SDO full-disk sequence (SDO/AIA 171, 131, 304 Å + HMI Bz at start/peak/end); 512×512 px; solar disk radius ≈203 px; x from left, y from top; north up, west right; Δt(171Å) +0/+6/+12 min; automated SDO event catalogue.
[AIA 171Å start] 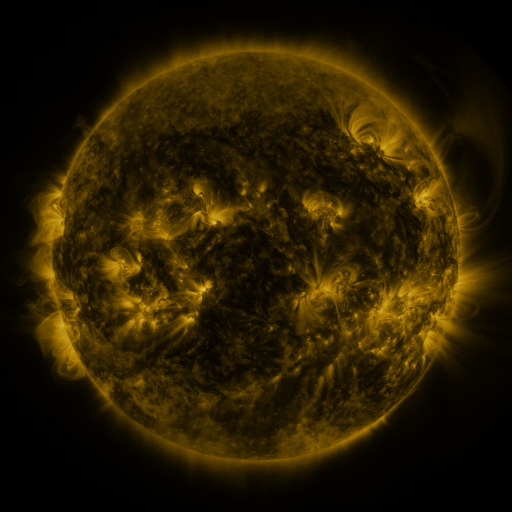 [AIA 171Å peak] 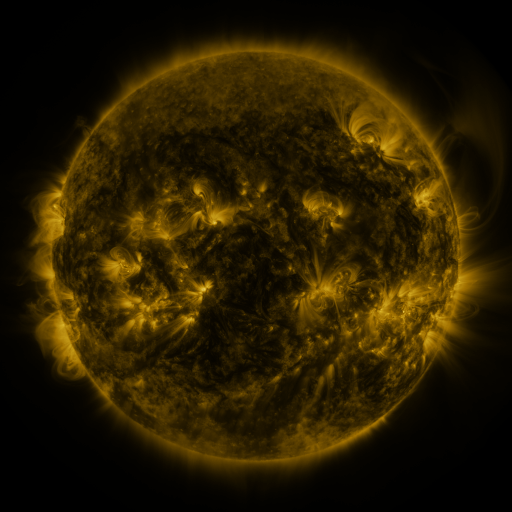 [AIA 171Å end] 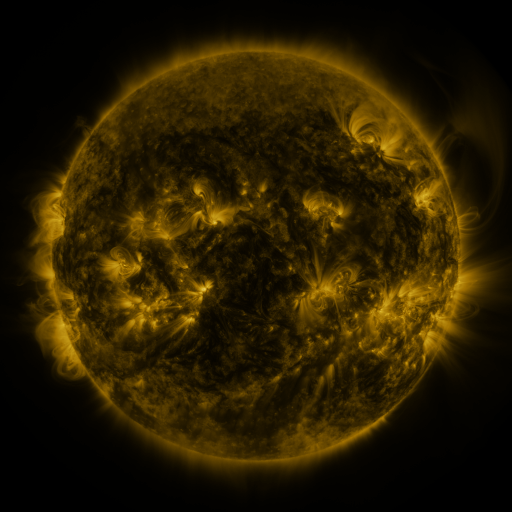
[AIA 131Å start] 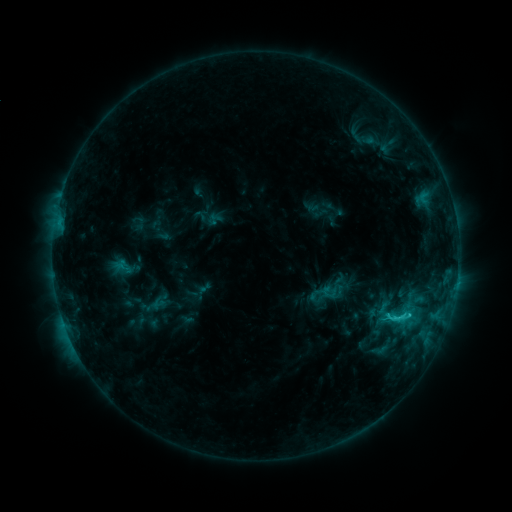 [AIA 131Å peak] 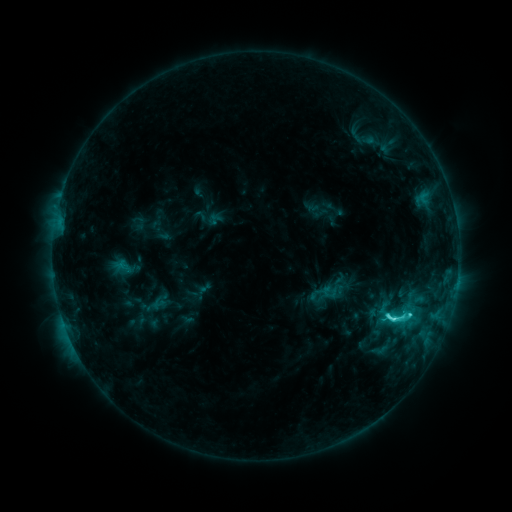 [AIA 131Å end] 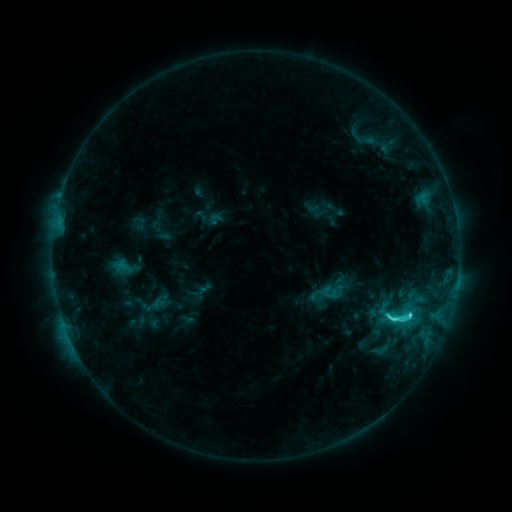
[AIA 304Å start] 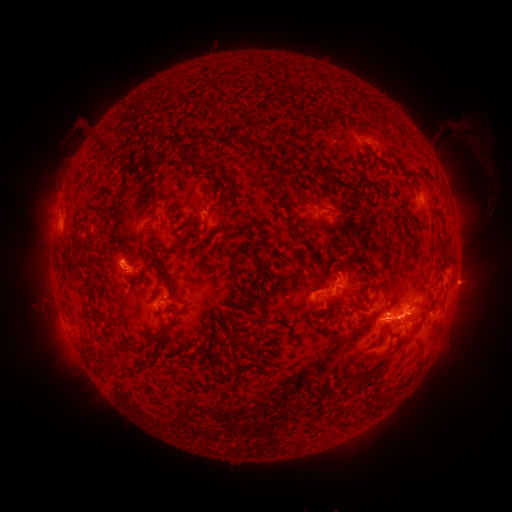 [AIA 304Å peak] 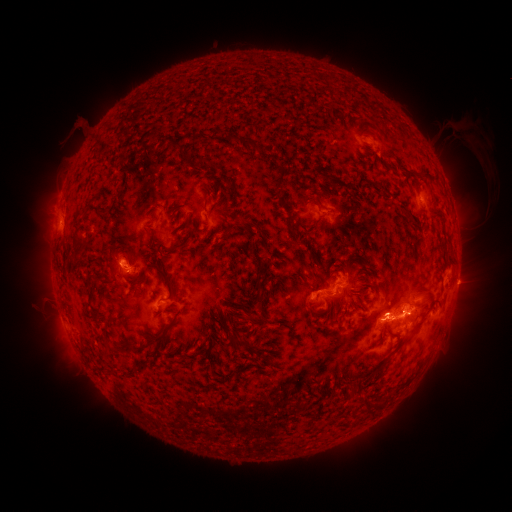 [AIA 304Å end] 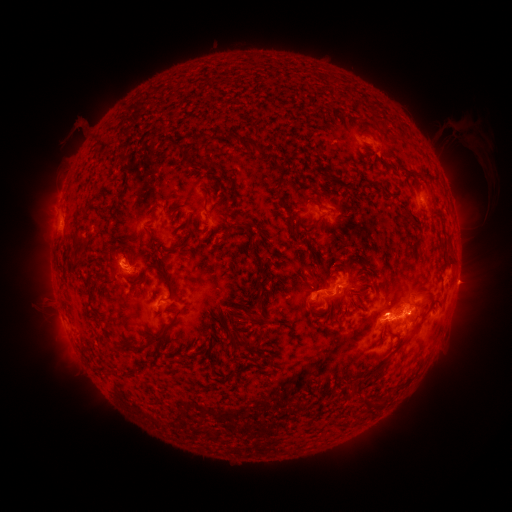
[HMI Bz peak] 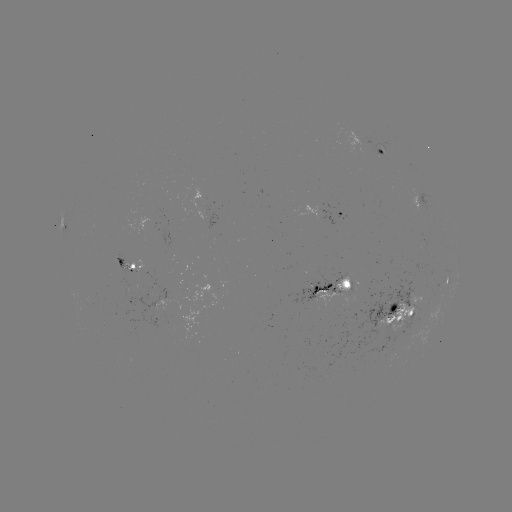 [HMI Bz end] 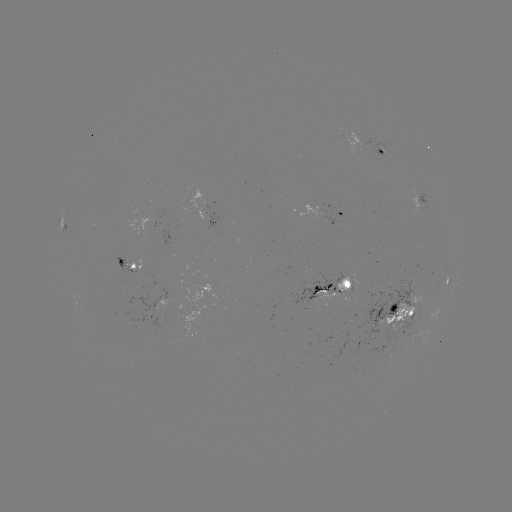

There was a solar flare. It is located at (388, 314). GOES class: C5.4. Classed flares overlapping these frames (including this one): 2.